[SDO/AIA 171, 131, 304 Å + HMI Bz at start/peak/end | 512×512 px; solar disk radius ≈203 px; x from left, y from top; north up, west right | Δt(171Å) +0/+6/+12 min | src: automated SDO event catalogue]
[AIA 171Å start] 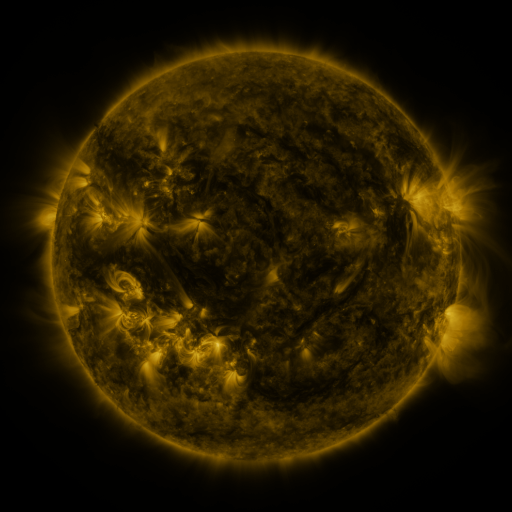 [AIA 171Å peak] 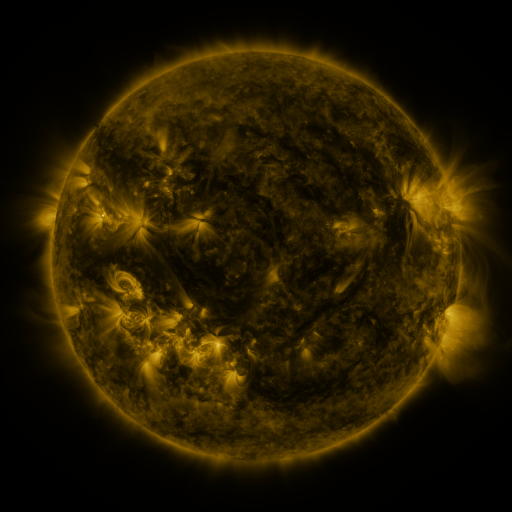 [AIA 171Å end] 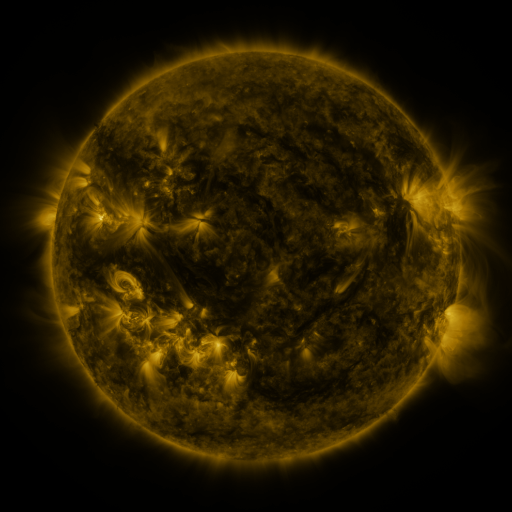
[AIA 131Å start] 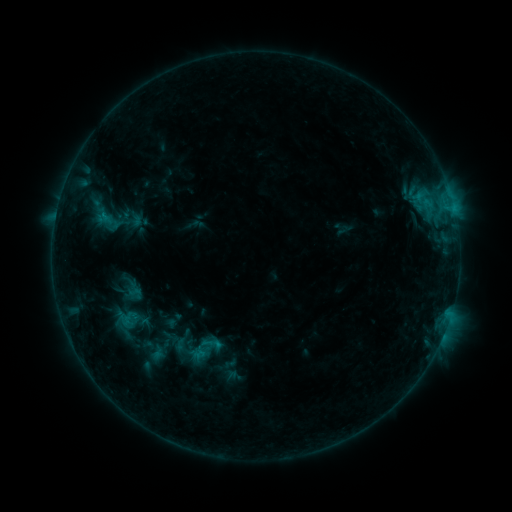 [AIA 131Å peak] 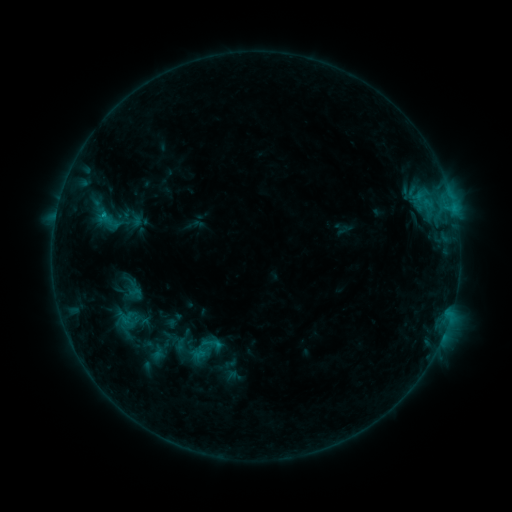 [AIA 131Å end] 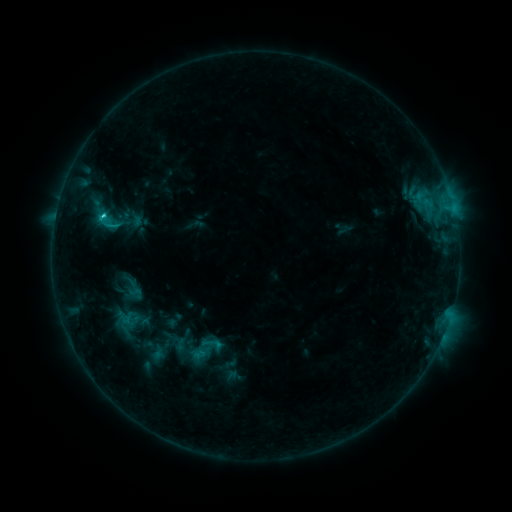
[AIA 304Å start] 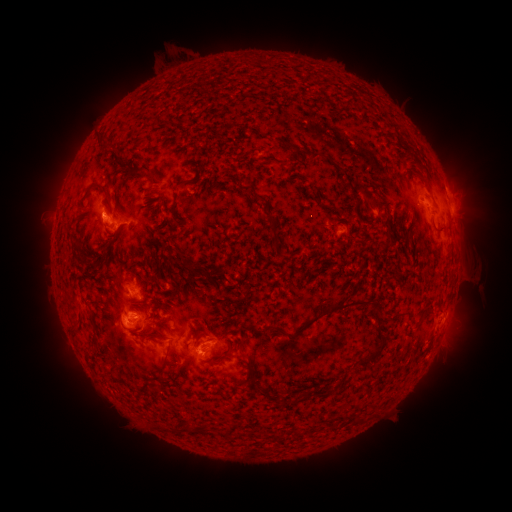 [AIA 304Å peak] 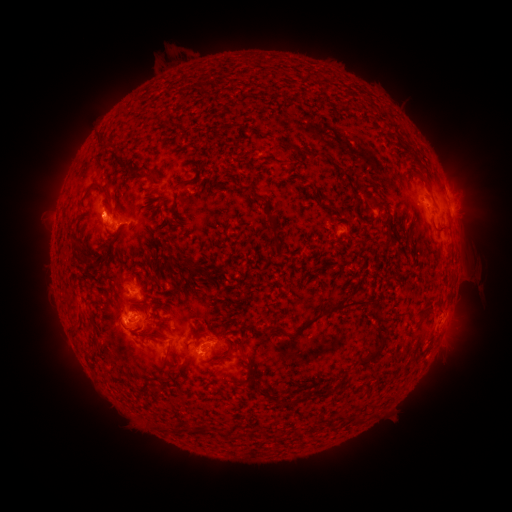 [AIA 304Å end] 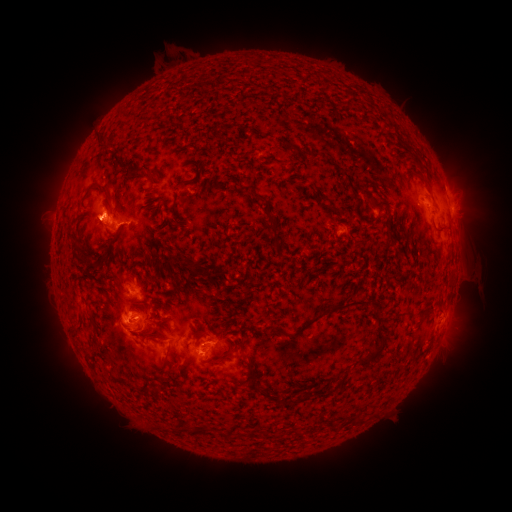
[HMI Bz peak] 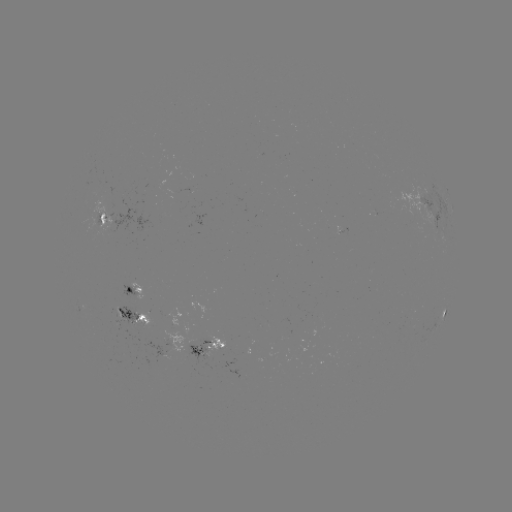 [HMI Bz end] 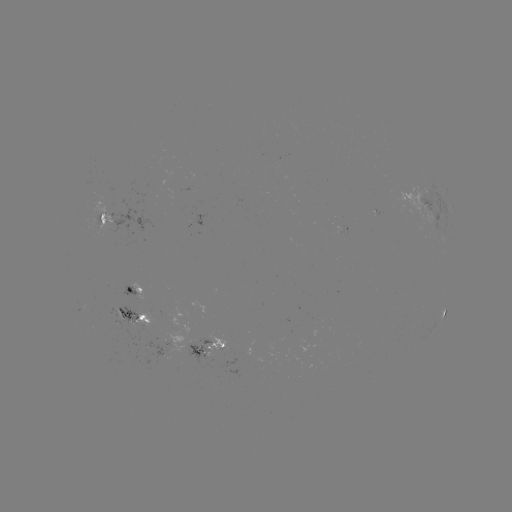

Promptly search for C2.1 flare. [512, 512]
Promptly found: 105,215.